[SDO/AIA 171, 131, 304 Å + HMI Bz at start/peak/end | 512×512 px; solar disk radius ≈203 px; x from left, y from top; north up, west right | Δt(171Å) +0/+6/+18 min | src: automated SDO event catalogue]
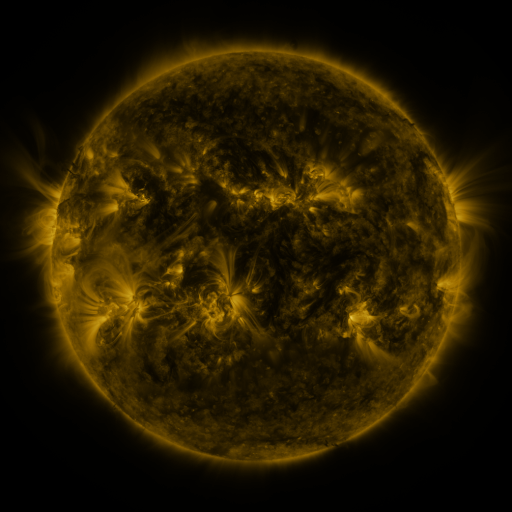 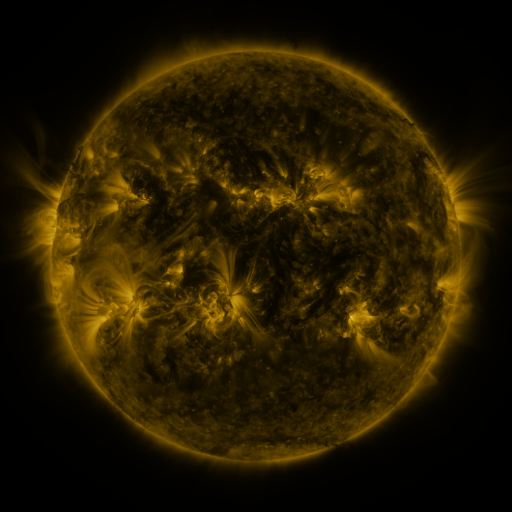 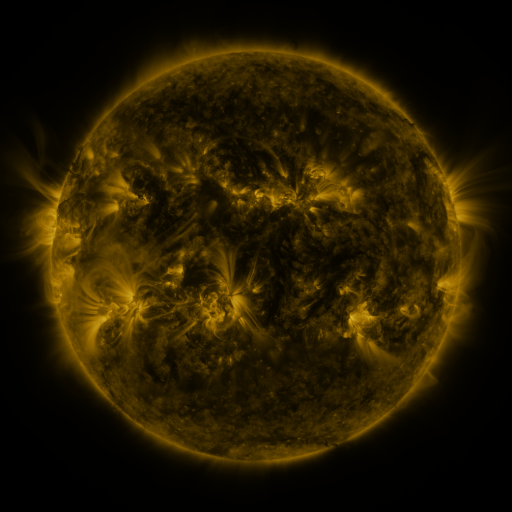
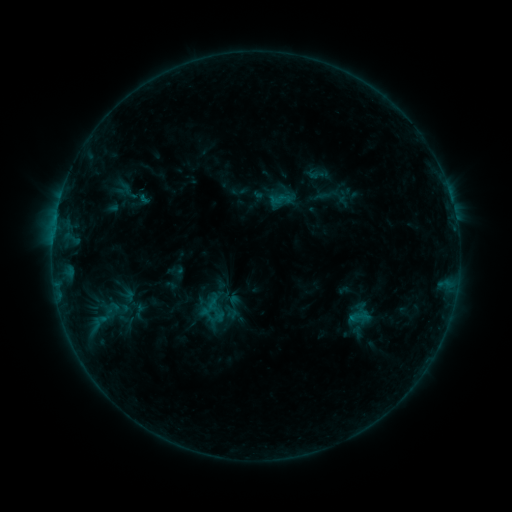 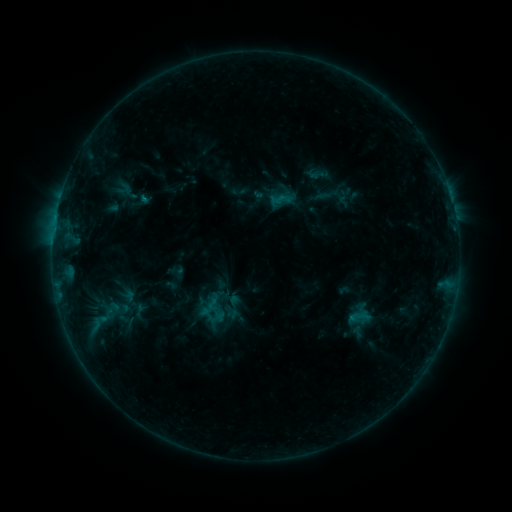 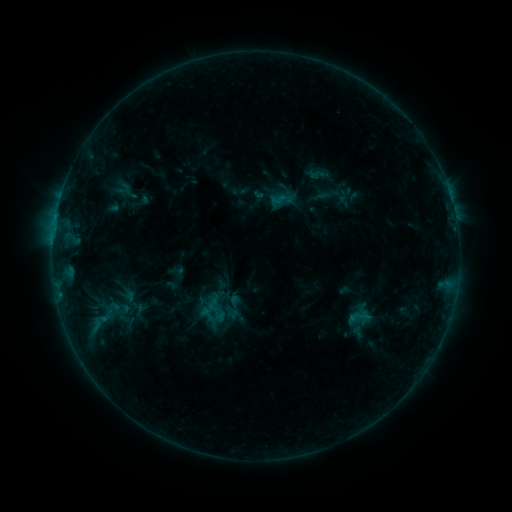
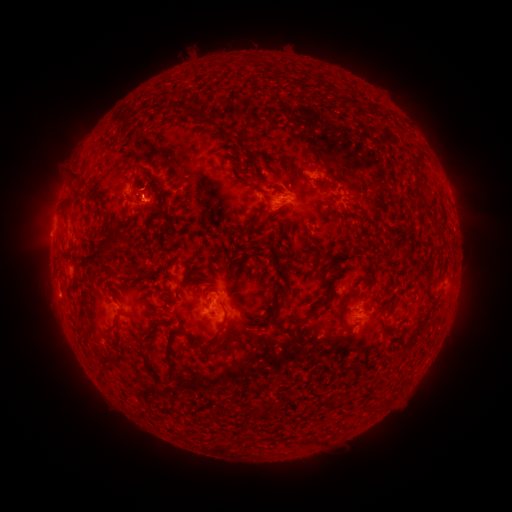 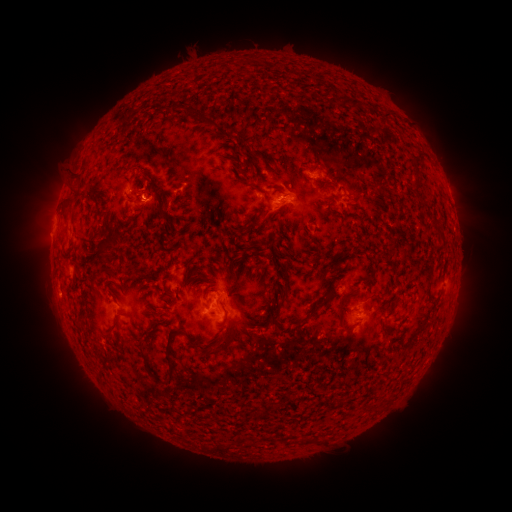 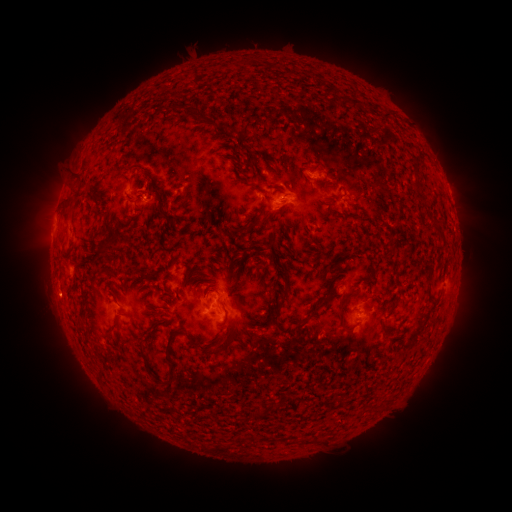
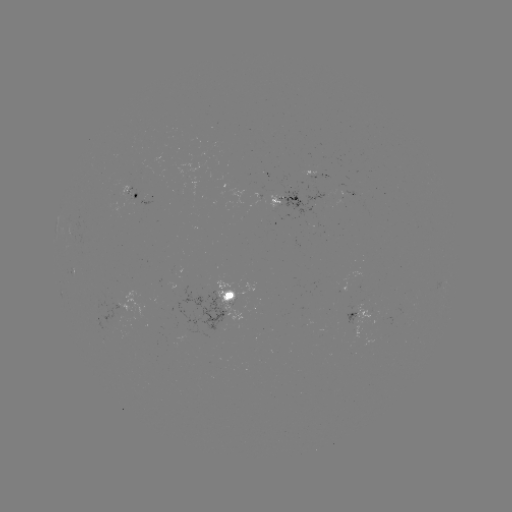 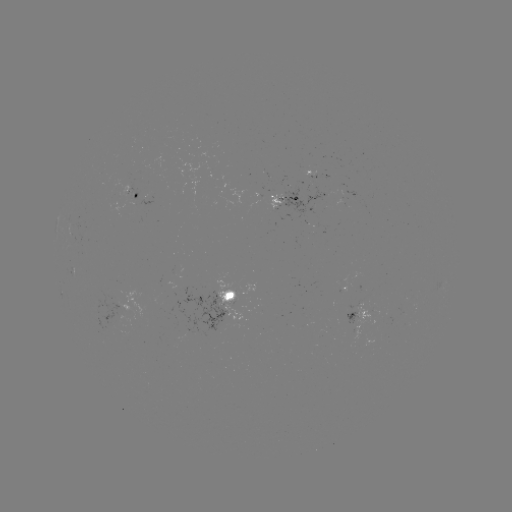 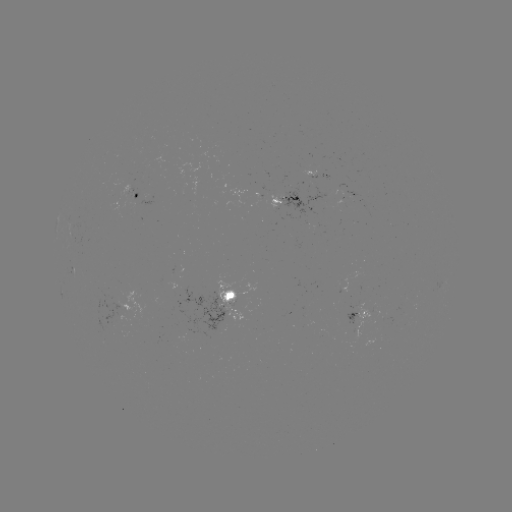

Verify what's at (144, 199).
B6.1 flare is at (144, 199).